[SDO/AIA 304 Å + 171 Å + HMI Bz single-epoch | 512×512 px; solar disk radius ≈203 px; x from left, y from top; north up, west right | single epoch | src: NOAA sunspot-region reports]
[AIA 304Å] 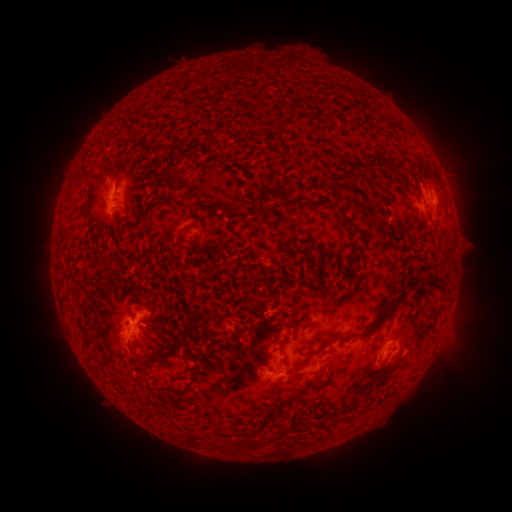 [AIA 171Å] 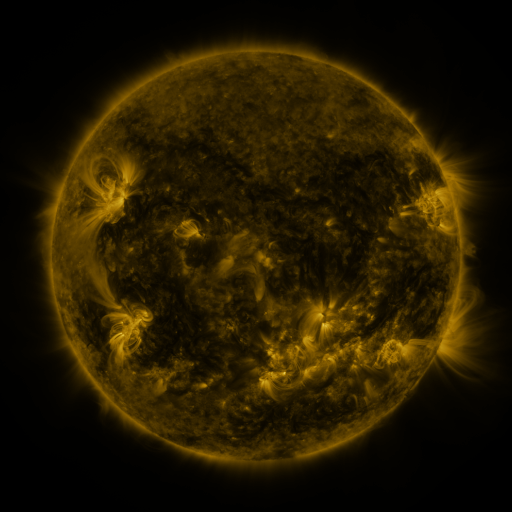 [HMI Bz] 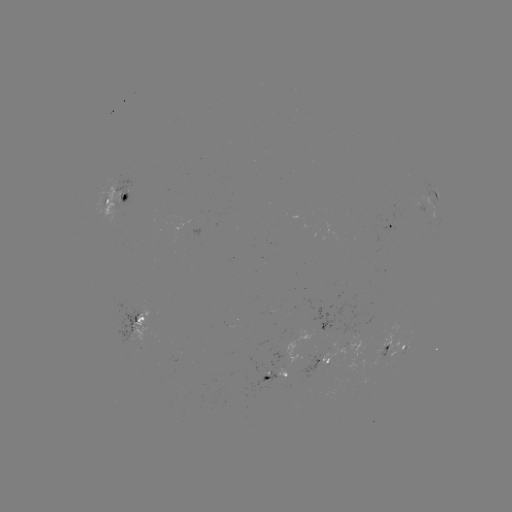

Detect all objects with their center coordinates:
spotted active region: (436, 197)
spotted active region: (121, 198)
spotted active region: (388, 226)
spotted active region: (136, 322)
spotted active region: (348, 343)
spotted active region: (394, 346)
spotted active region: (321, 363)
spotted active region: (274, 376)
